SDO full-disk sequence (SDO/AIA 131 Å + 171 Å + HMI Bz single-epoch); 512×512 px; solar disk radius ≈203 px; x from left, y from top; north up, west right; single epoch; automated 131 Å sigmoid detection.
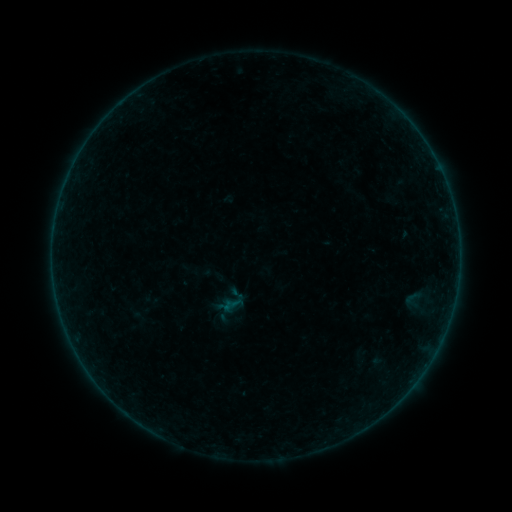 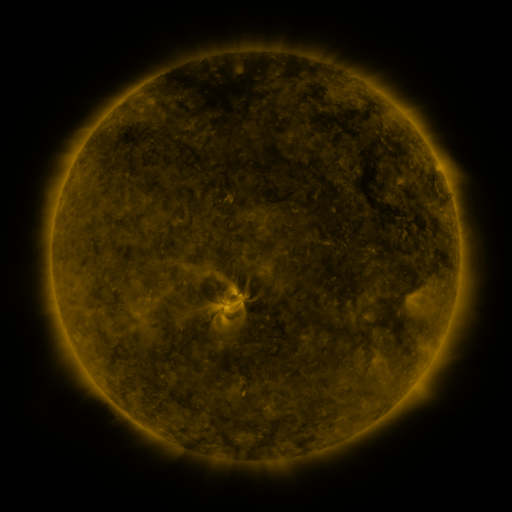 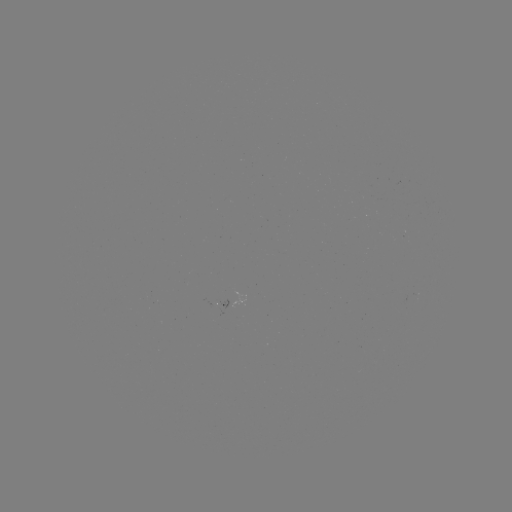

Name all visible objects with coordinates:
sigmoid: [403, 288, 422, 308]
